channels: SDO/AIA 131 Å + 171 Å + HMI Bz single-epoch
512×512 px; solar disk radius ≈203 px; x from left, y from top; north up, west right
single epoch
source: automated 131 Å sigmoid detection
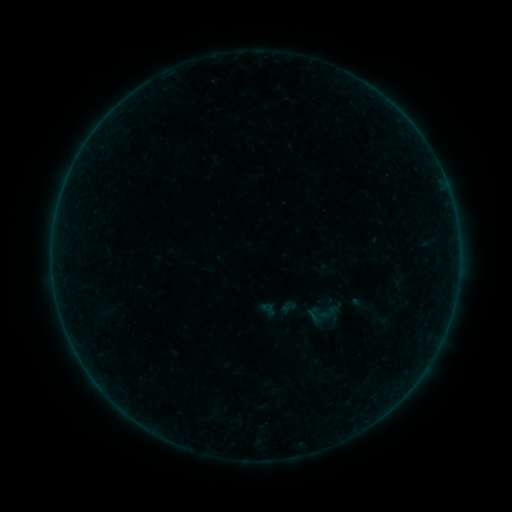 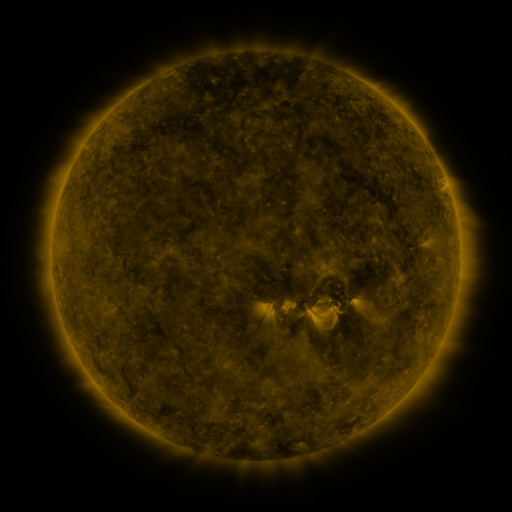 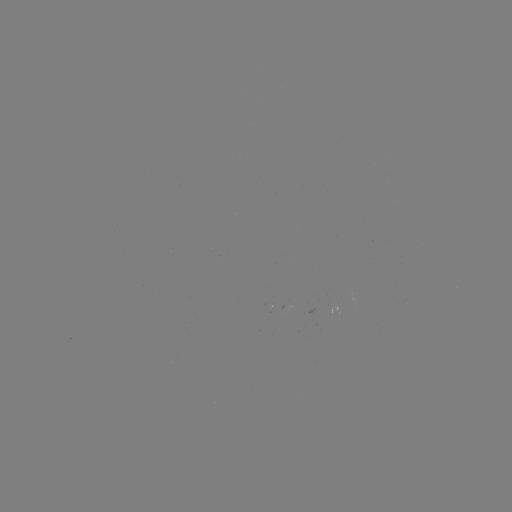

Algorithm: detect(sigmoid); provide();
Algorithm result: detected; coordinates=329,312